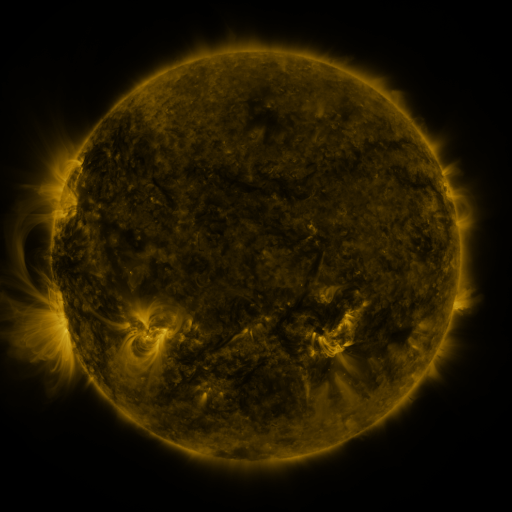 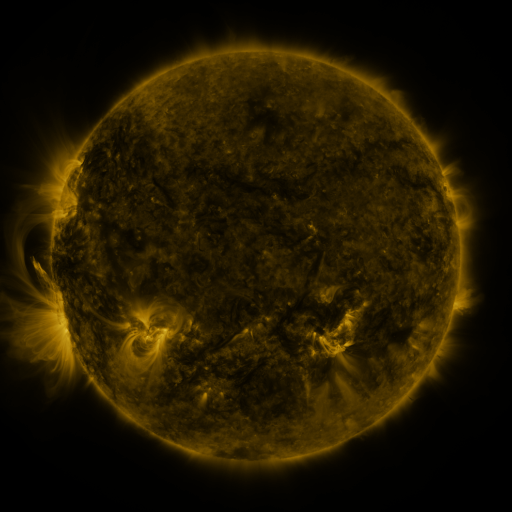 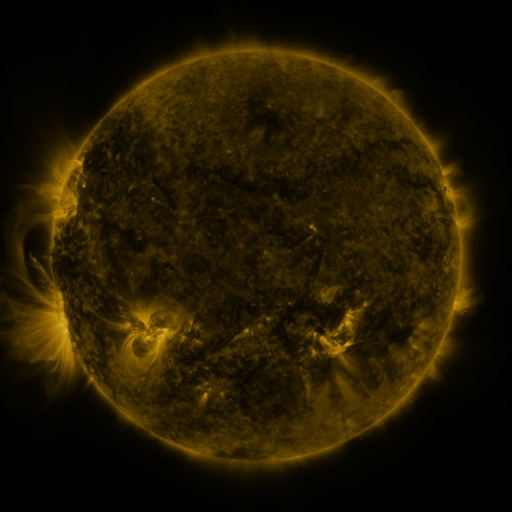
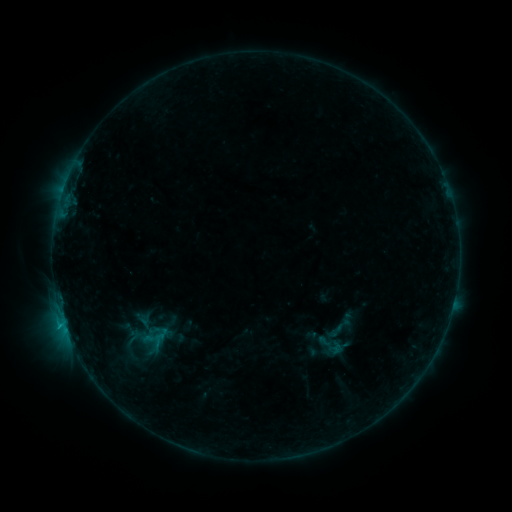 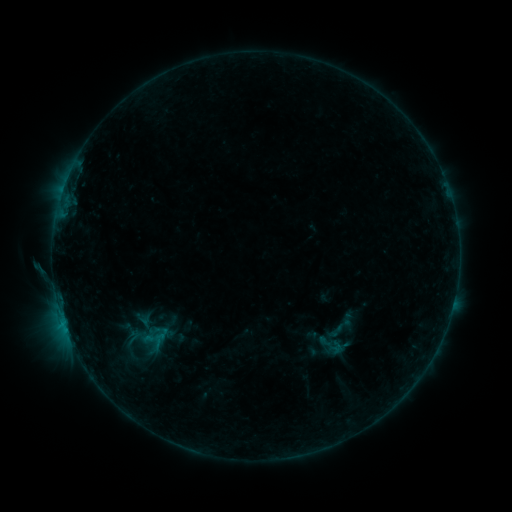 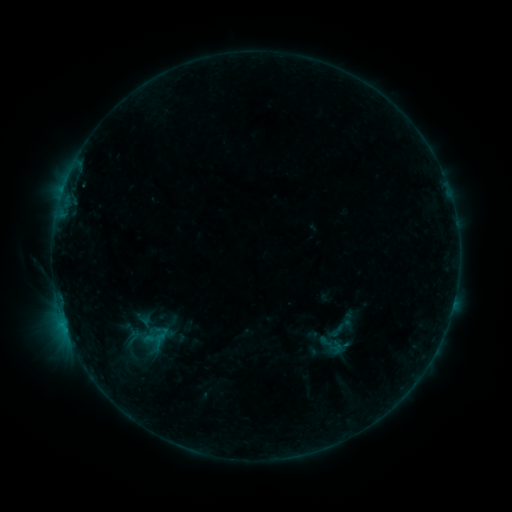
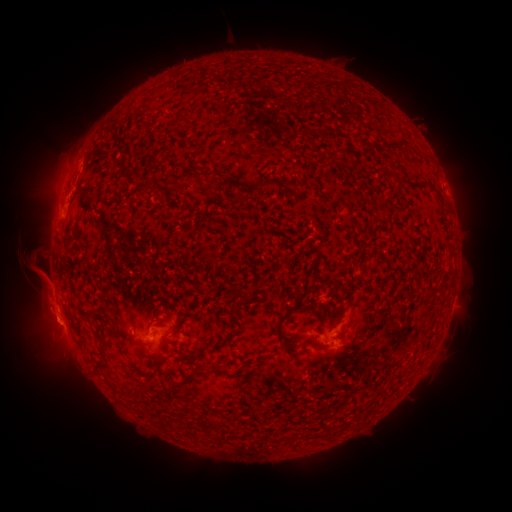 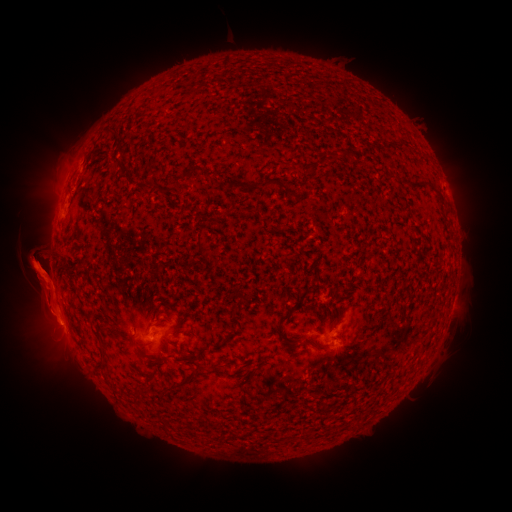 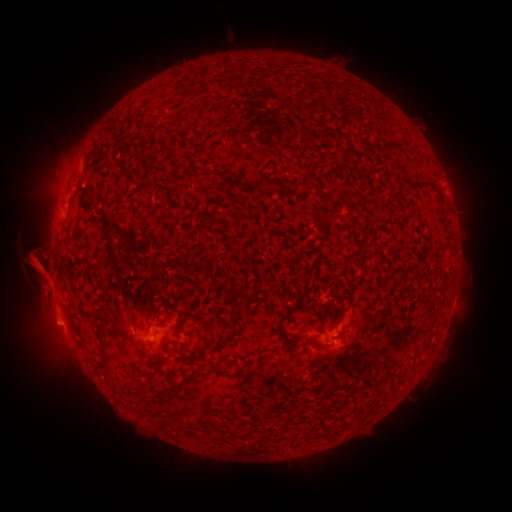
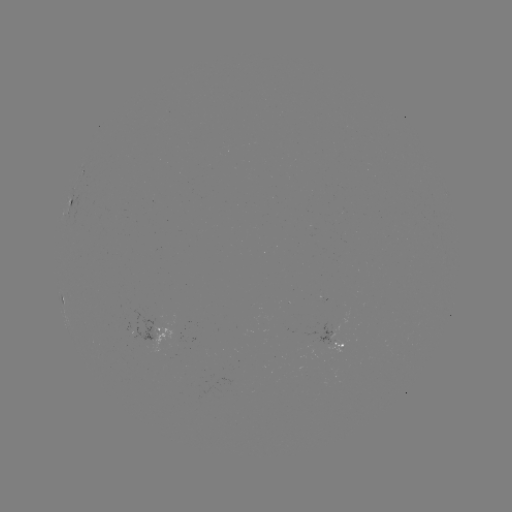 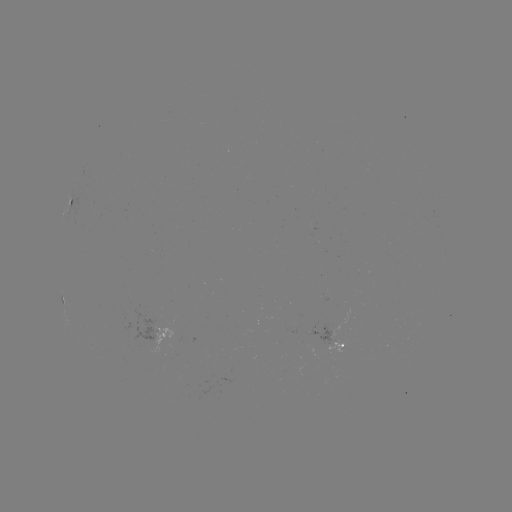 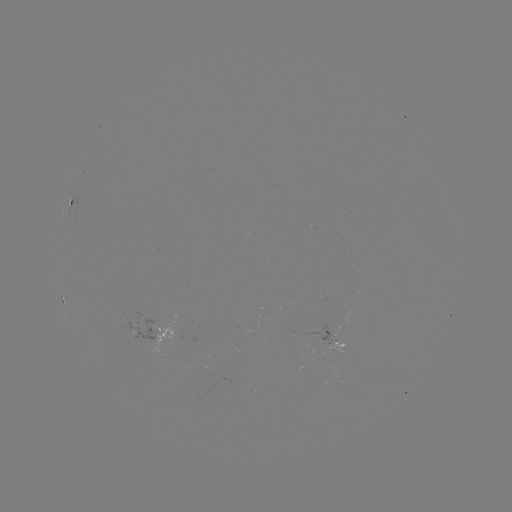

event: eruption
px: (39, 276)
